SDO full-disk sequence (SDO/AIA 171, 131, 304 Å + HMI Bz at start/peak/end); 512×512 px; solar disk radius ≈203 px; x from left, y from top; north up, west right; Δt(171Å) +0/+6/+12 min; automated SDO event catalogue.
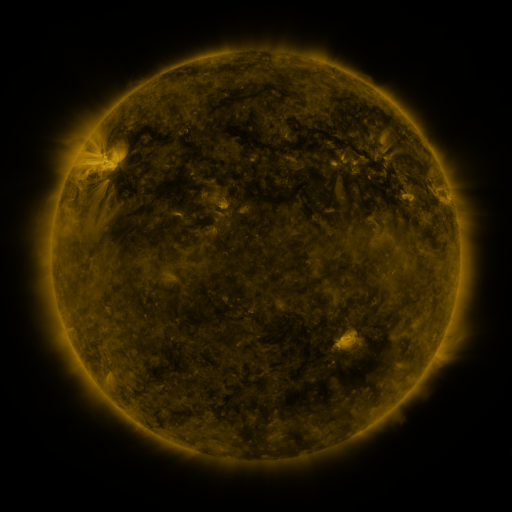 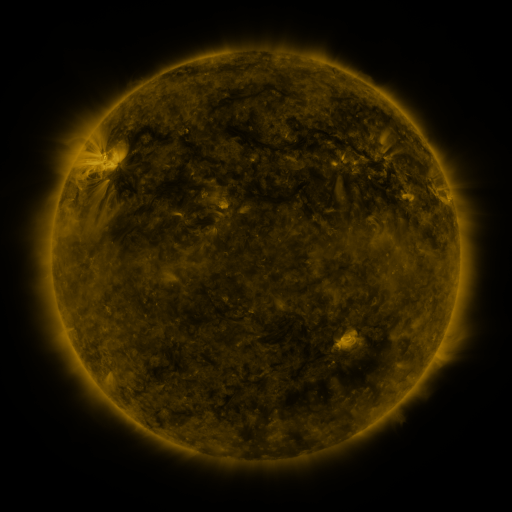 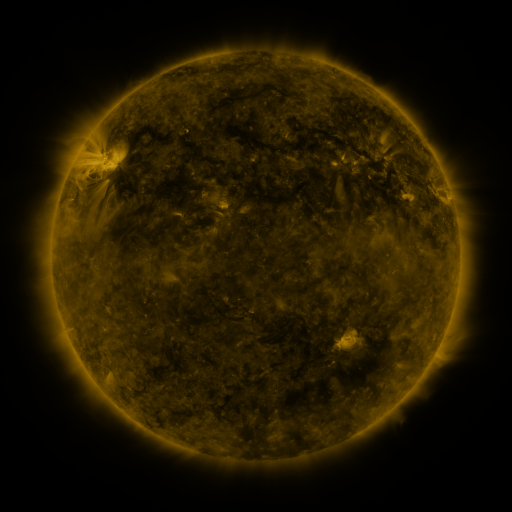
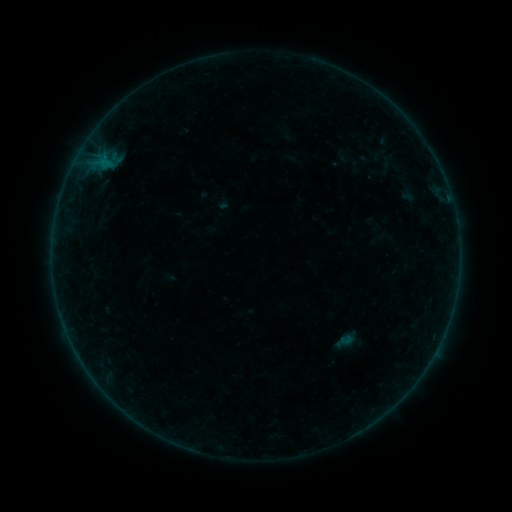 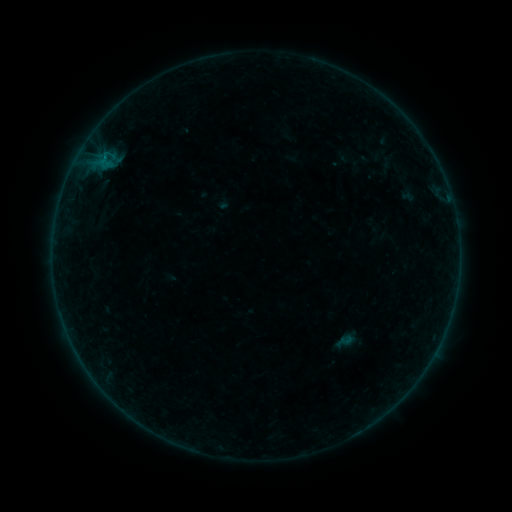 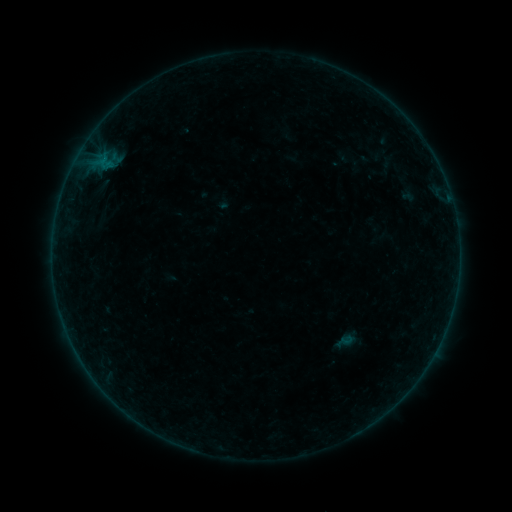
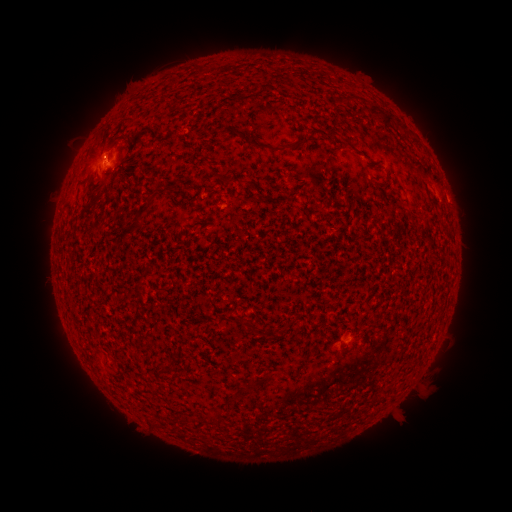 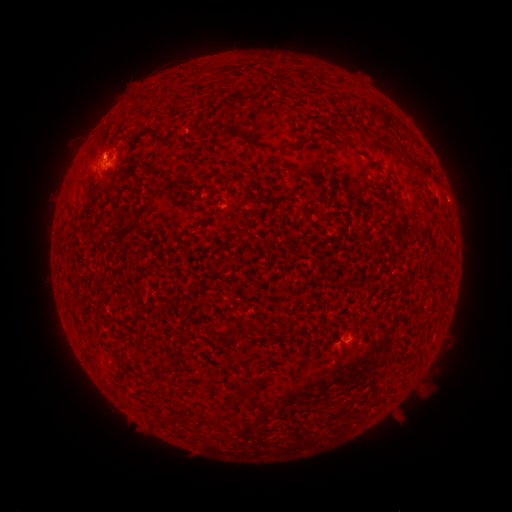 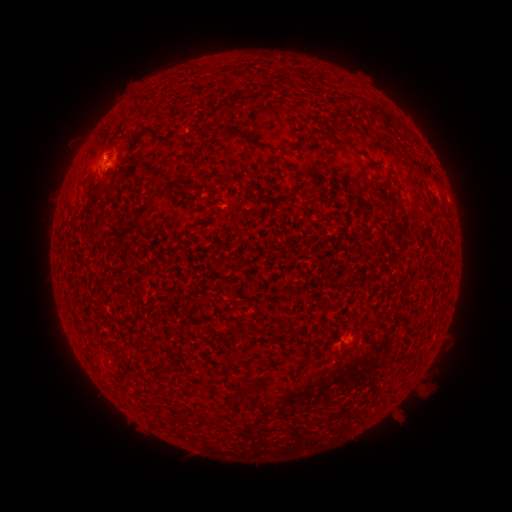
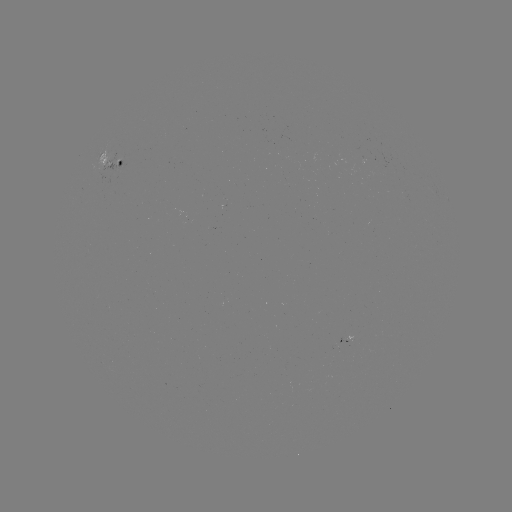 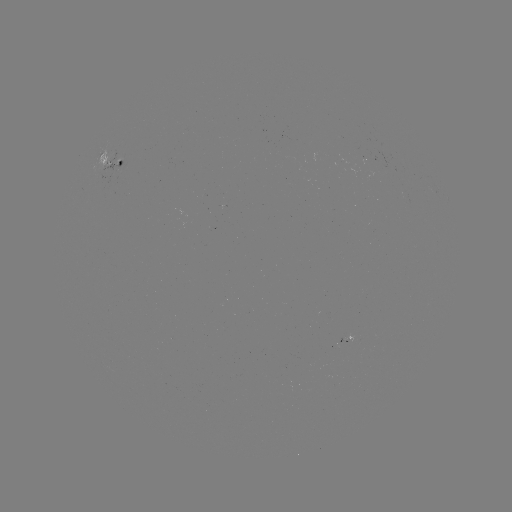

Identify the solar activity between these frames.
B1.4 flare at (106, 158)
